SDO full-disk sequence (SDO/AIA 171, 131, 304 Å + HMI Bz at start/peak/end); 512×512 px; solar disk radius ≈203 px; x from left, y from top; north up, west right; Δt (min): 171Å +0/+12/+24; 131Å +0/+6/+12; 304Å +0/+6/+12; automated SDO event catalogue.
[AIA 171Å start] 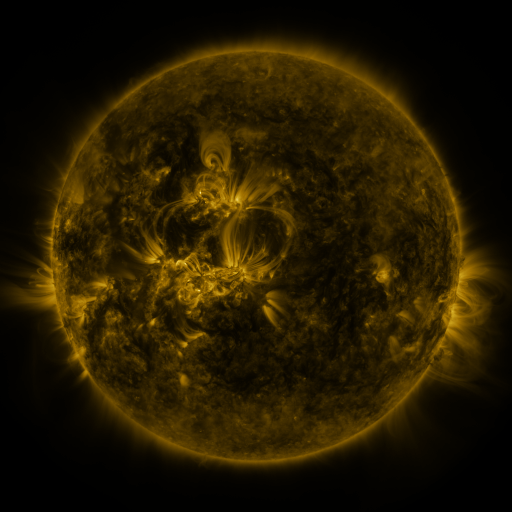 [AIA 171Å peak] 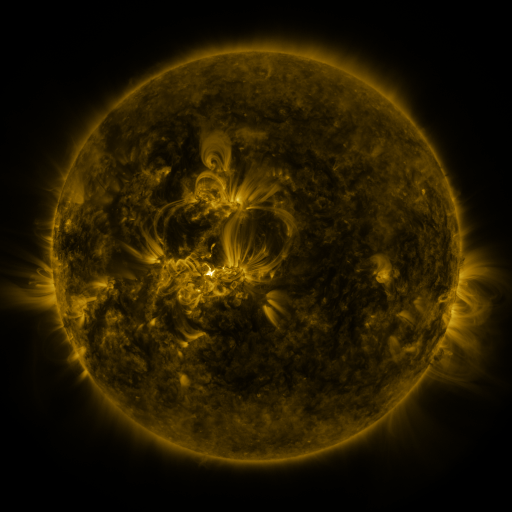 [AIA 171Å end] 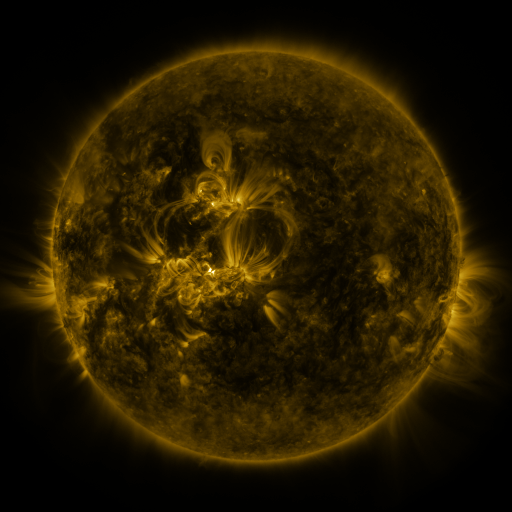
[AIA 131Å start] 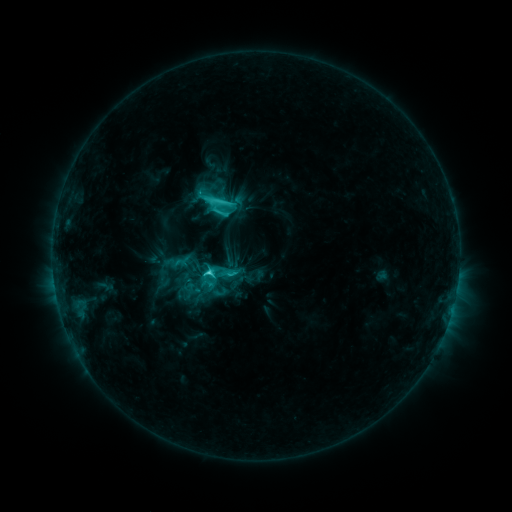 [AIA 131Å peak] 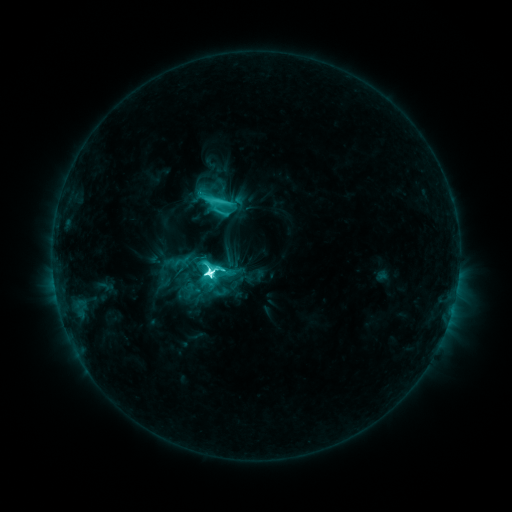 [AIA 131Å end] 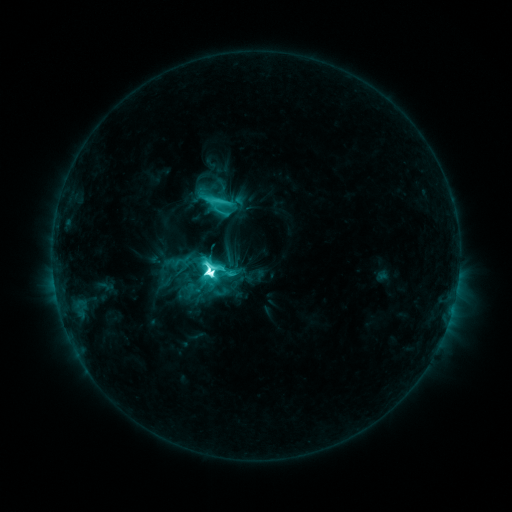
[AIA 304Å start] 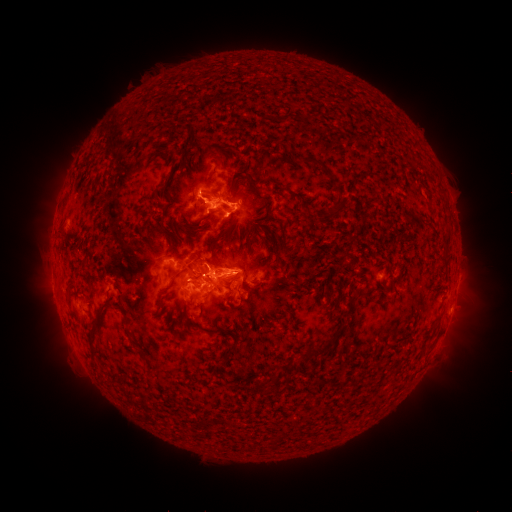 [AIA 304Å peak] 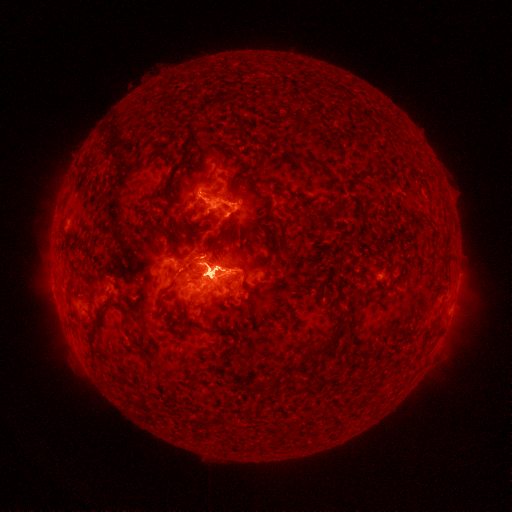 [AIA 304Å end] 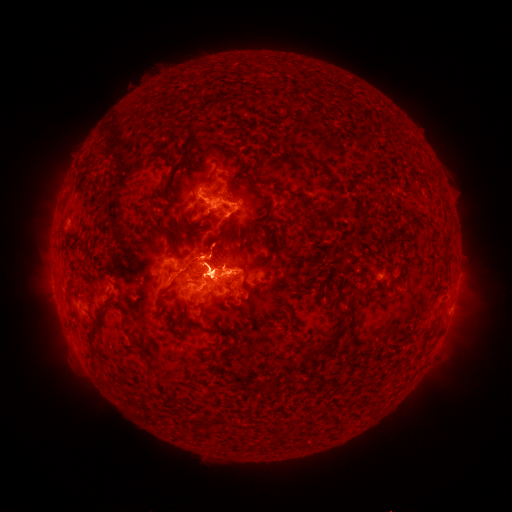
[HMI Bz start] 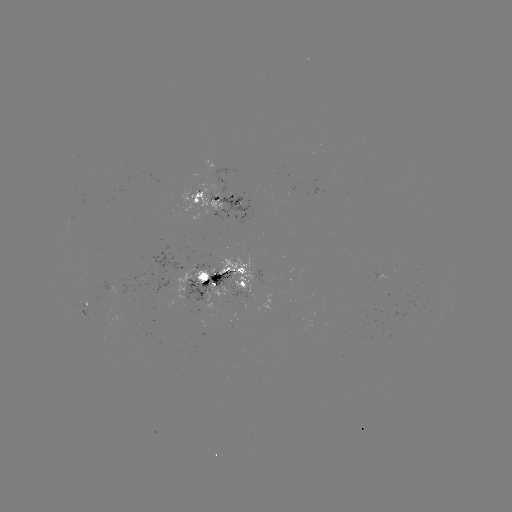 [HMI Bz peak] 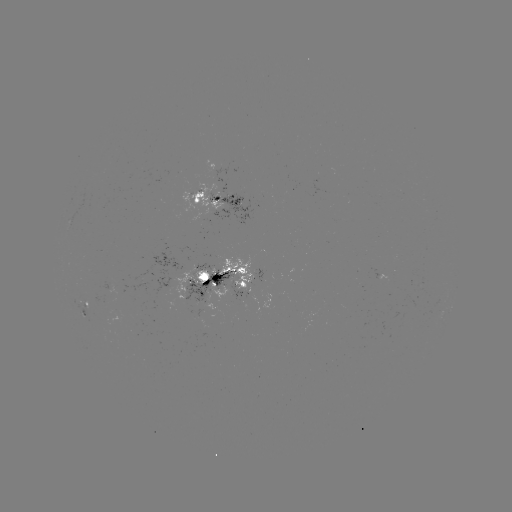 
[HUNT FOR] M4.4 flare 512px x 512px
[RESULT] (210, 270)